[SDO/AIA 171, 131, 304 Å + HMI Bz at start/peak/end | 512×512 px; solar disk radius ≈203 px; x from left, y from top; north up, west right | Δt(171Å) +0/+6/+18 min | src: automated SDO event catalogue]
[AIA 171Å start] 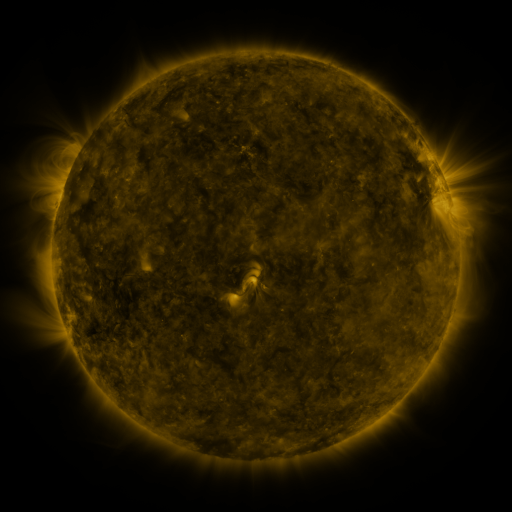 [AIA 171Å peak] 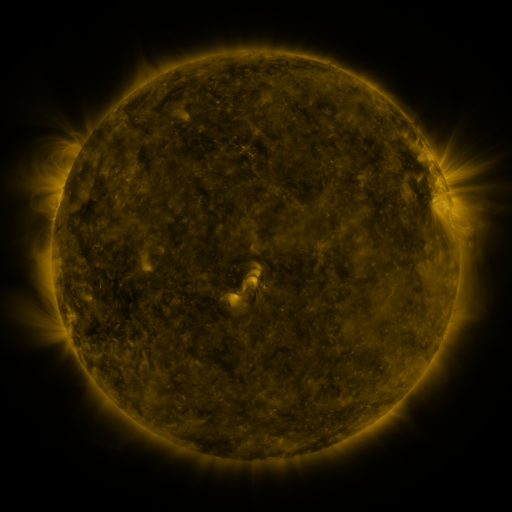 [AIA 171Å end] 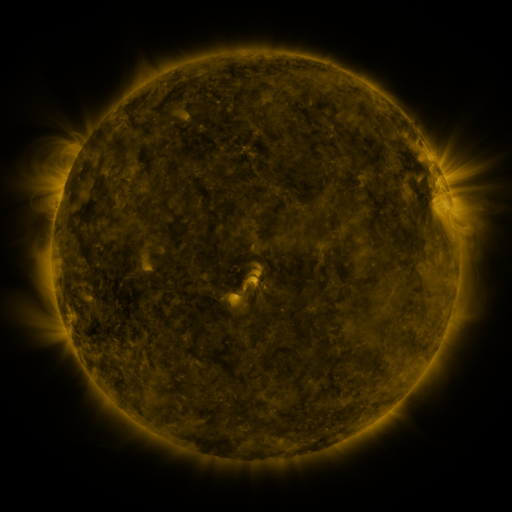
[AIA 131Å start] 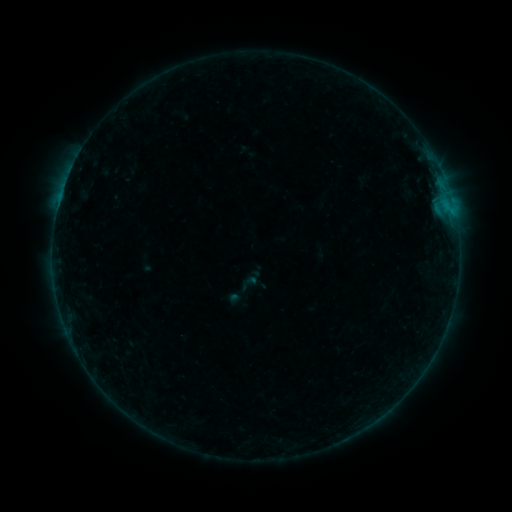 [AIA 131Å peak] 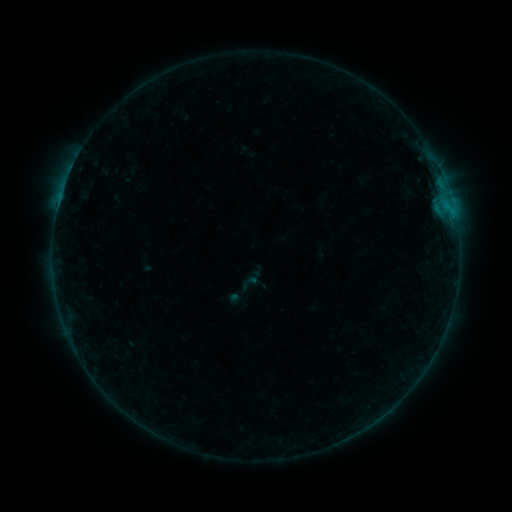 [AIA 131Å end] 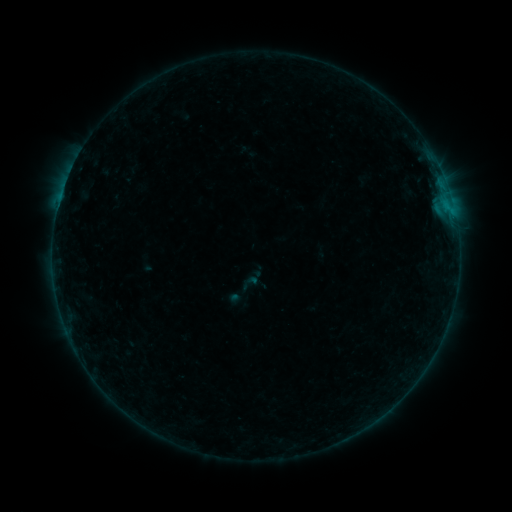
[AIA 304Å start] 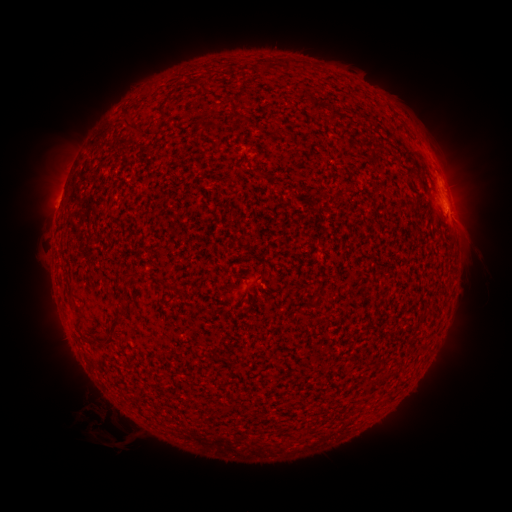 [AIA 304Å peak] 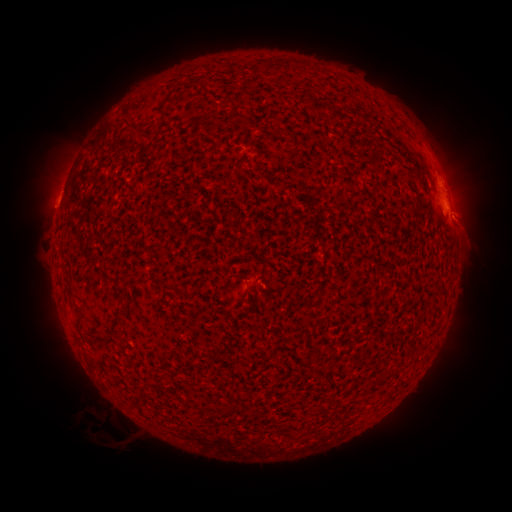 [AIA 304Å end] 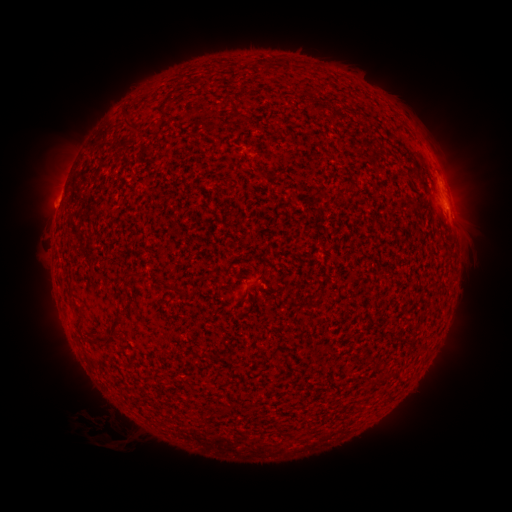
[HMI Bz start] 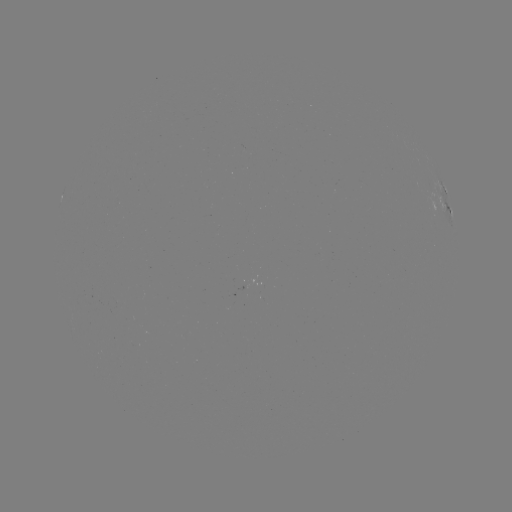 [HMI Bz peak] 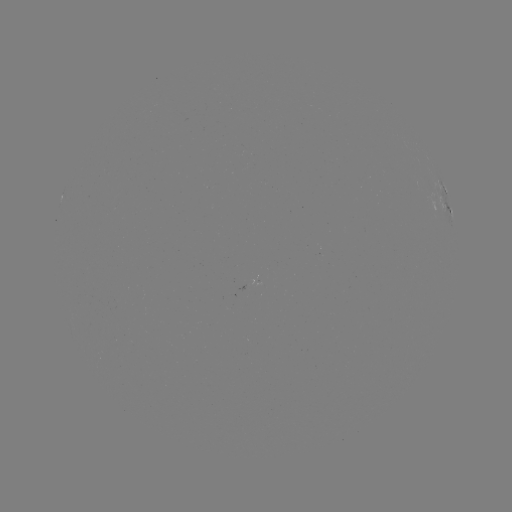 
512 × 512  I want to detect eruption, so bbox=[442, 202, 495, 262].